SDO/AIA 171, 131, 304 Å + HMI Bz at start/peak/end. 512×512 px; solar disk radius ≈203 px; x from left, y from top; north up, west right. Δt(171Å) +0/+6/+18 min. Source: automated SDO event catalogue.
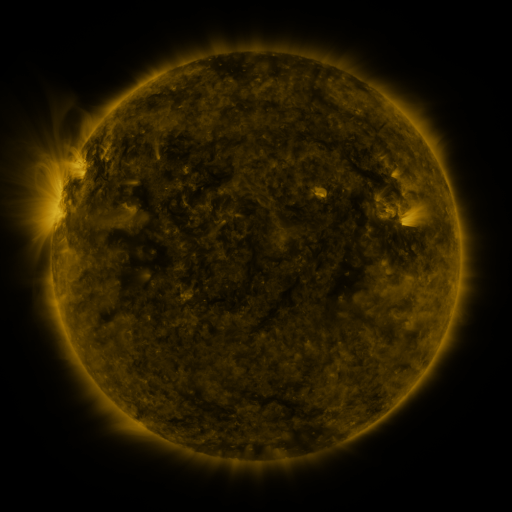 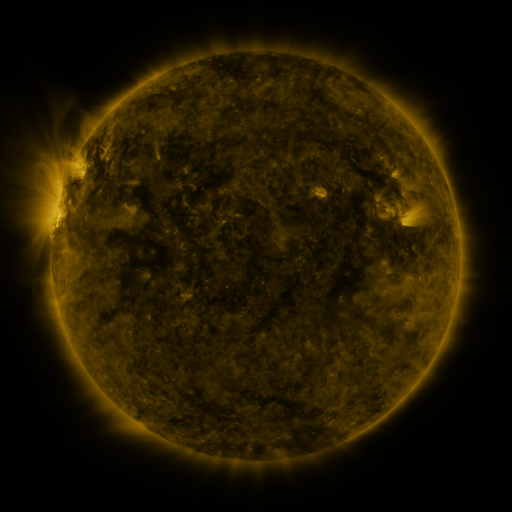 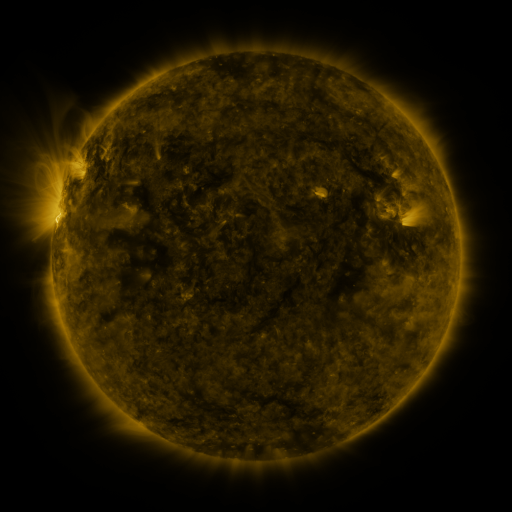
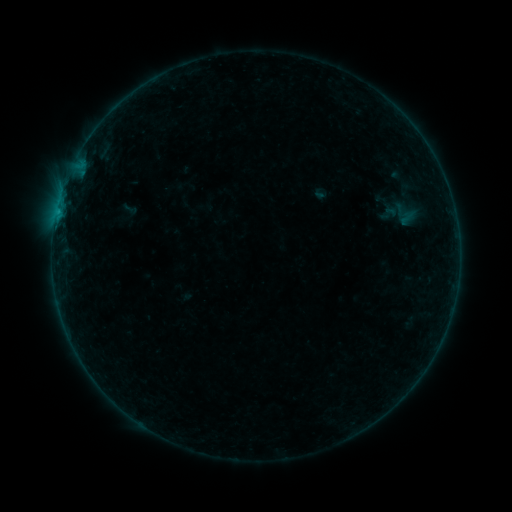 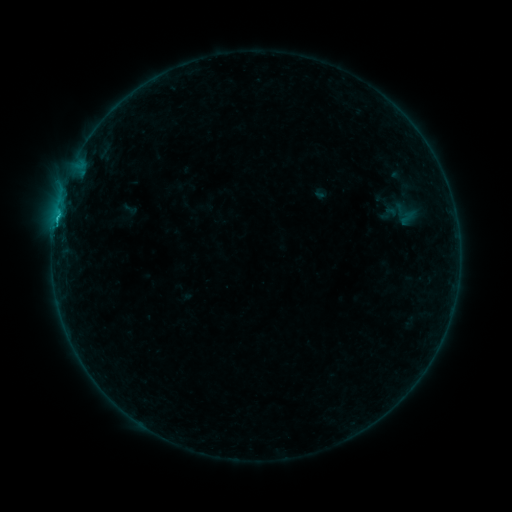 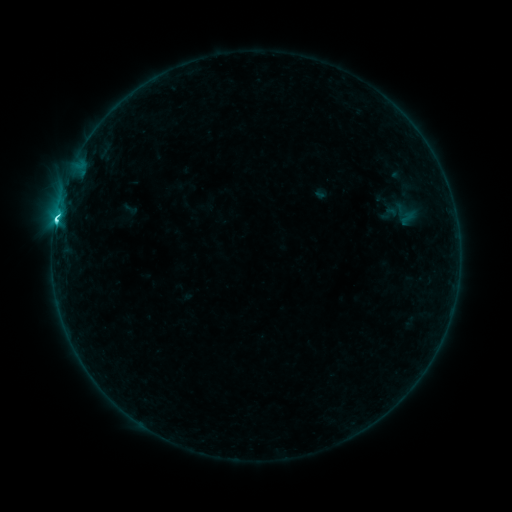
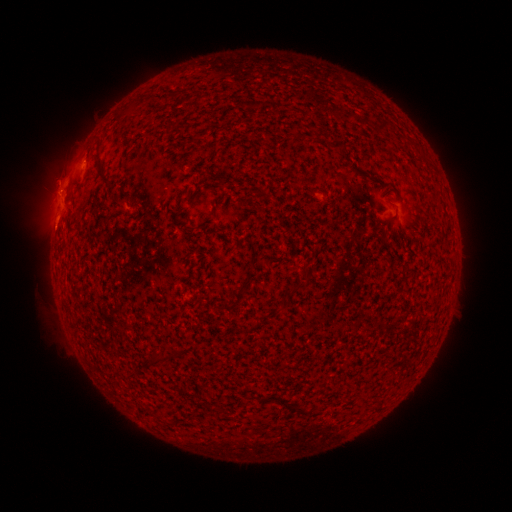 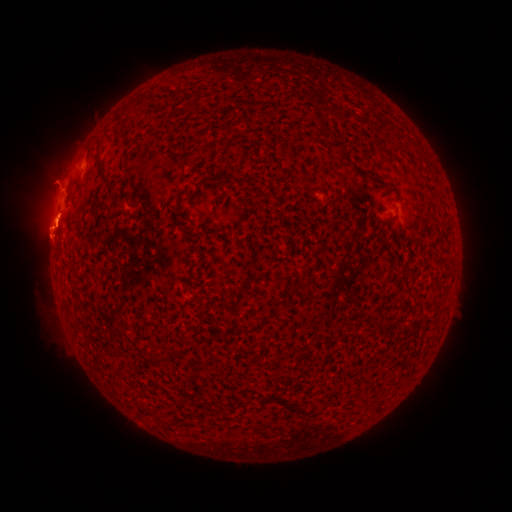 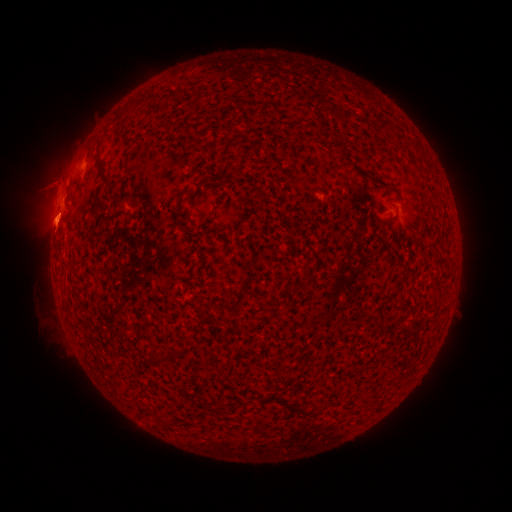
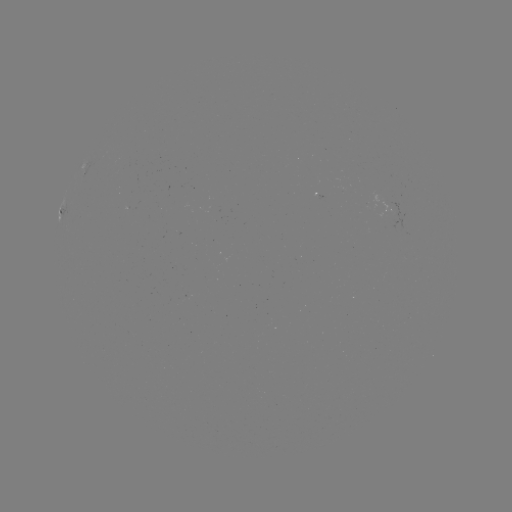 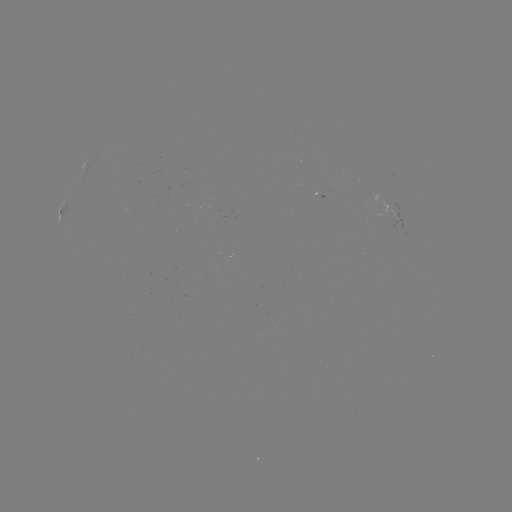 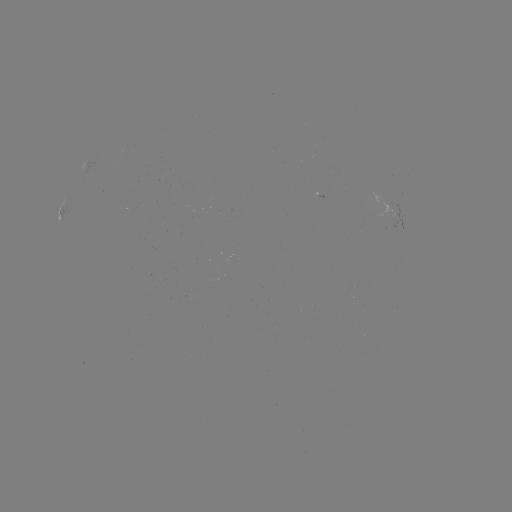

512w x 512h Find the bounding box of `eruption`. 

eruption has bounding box [15, 154, 104, 268].